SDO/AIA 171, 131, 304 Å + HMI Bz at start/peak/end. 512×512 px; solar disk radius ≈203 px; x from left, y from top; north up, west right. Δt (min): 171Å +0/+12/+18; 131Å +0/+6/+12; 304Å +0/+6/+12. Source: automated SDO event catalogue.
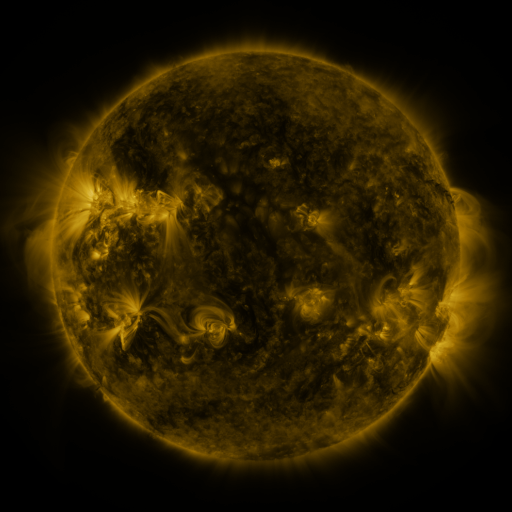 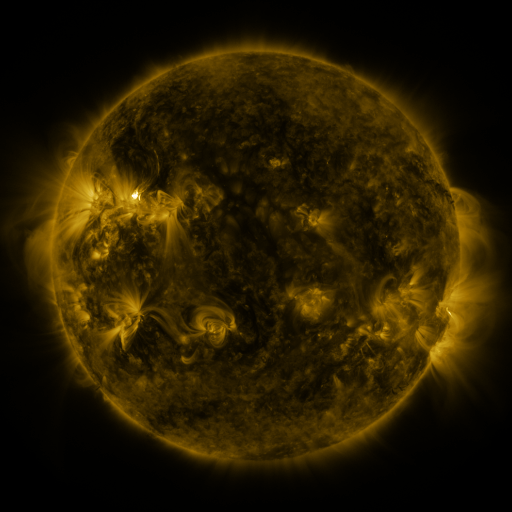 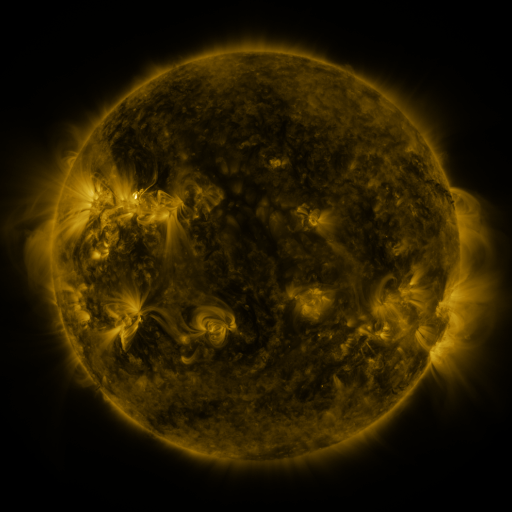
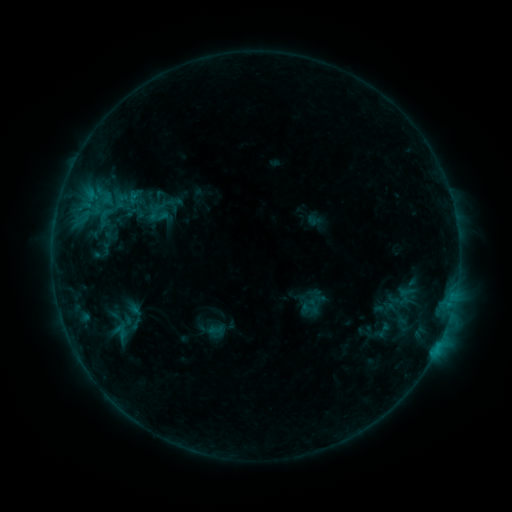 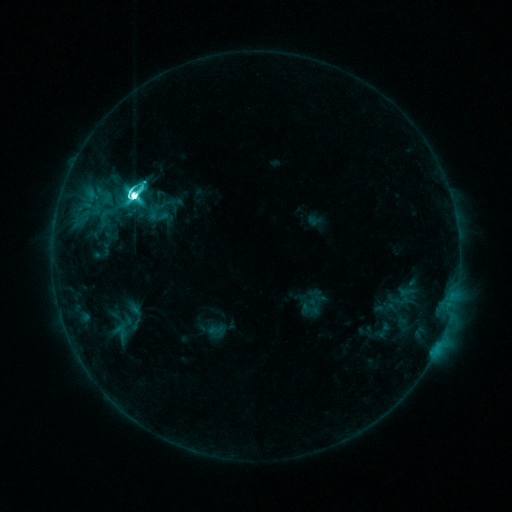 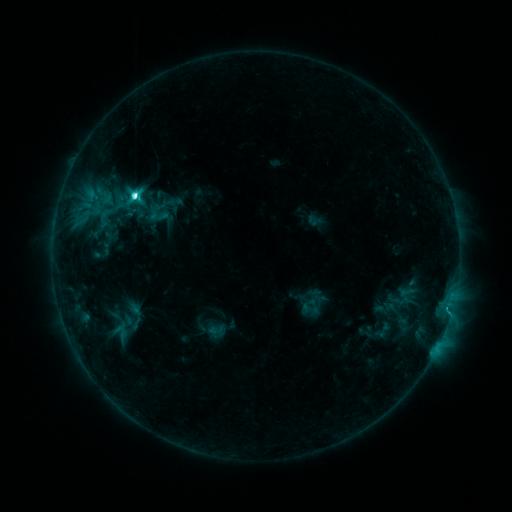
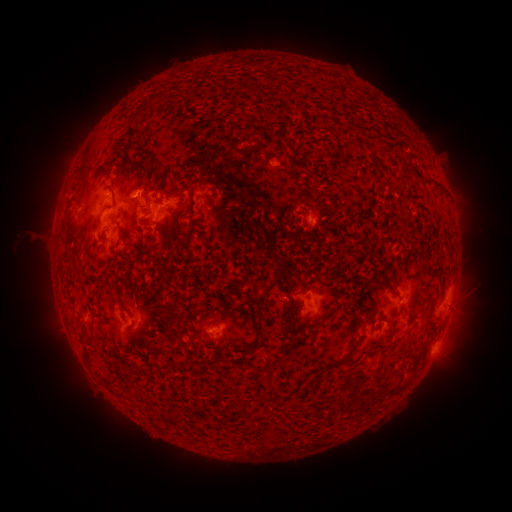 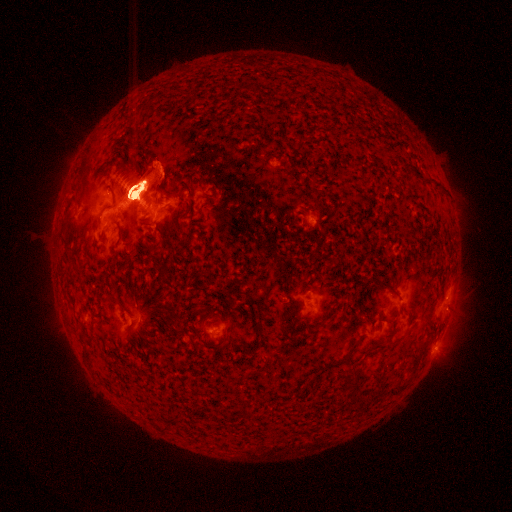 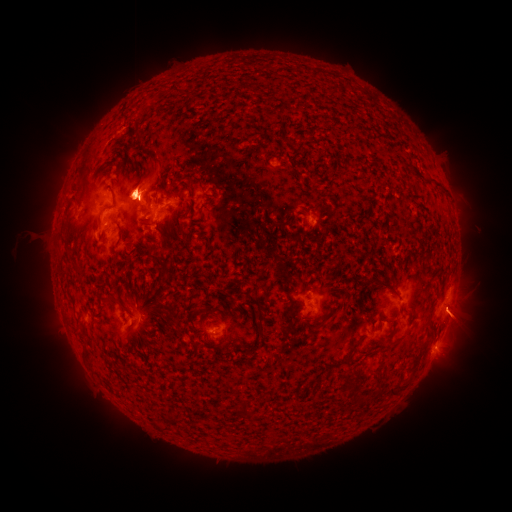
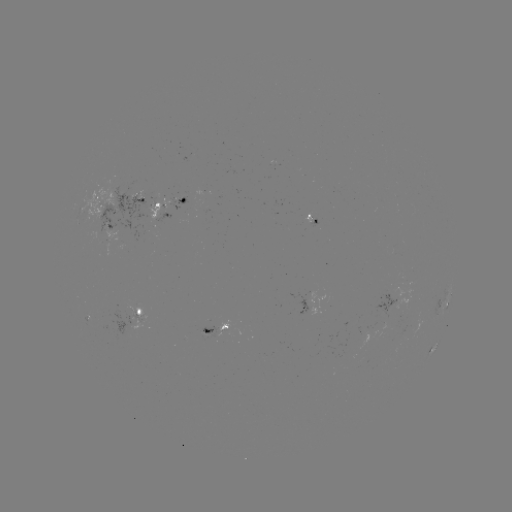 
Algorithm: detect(M3.3 flare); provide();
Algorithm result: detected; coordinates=135,198